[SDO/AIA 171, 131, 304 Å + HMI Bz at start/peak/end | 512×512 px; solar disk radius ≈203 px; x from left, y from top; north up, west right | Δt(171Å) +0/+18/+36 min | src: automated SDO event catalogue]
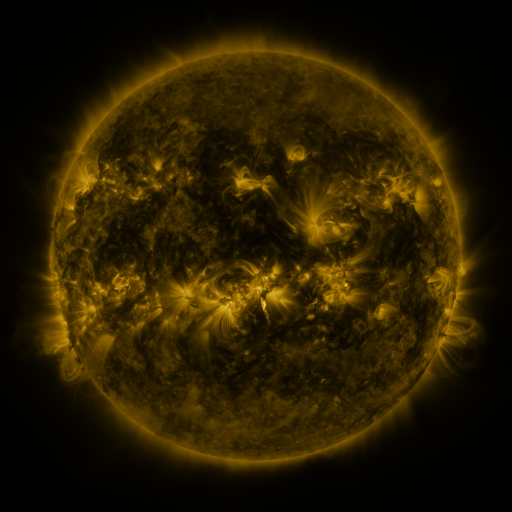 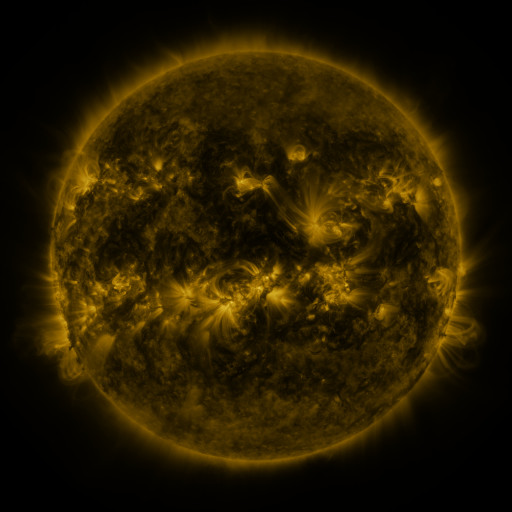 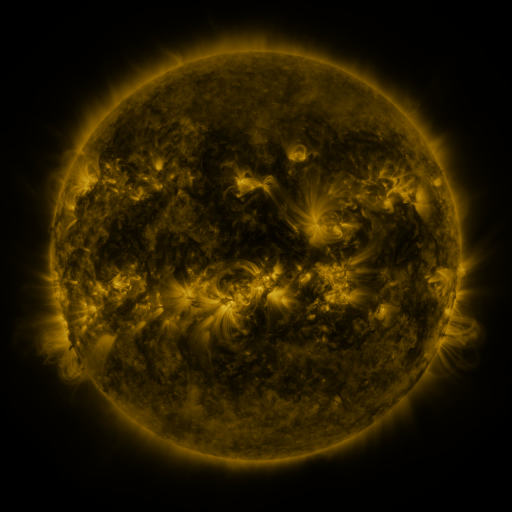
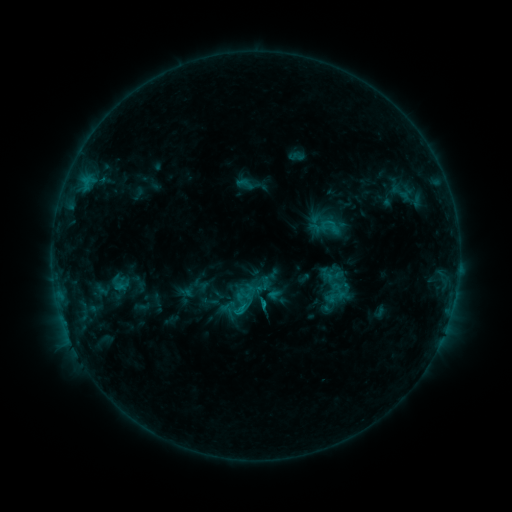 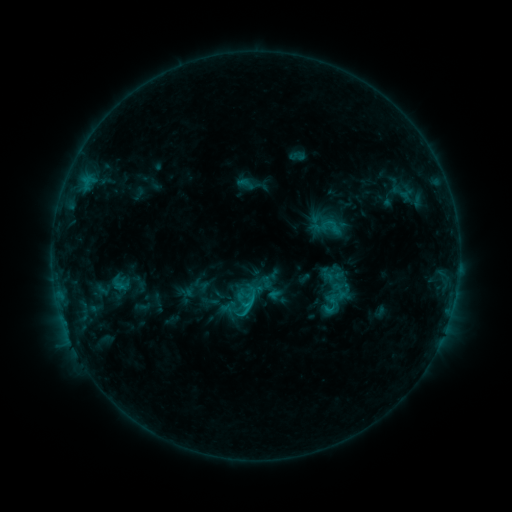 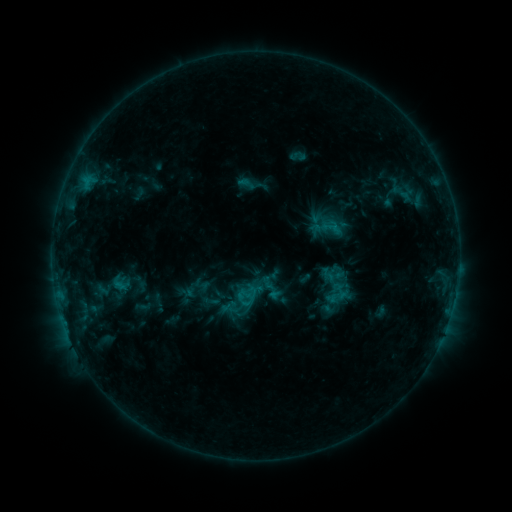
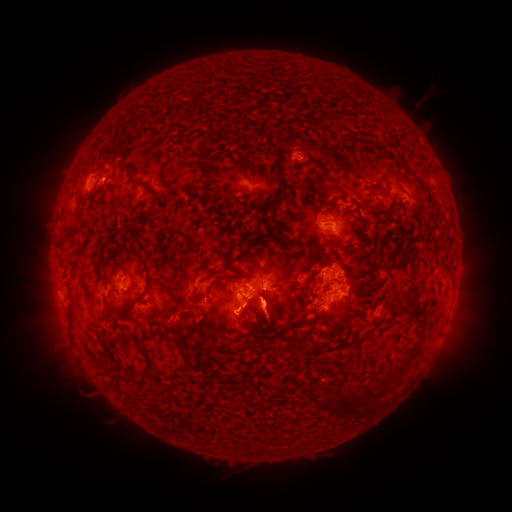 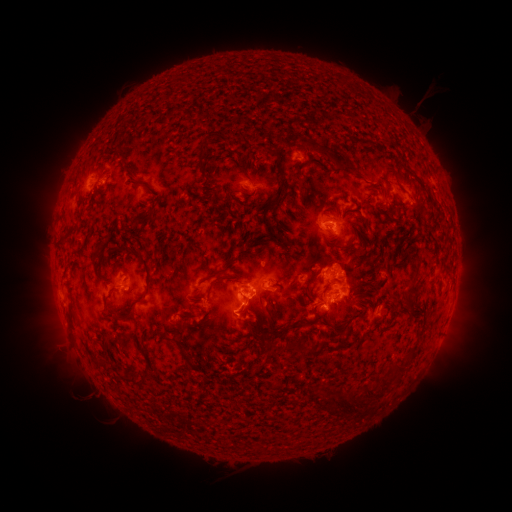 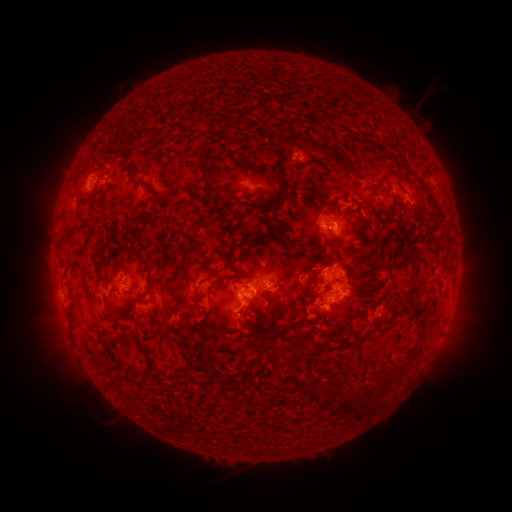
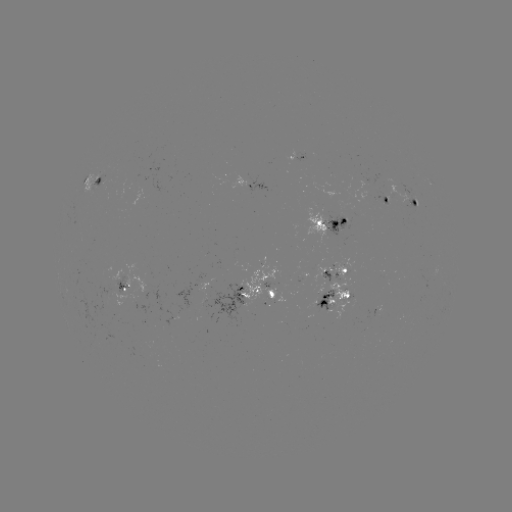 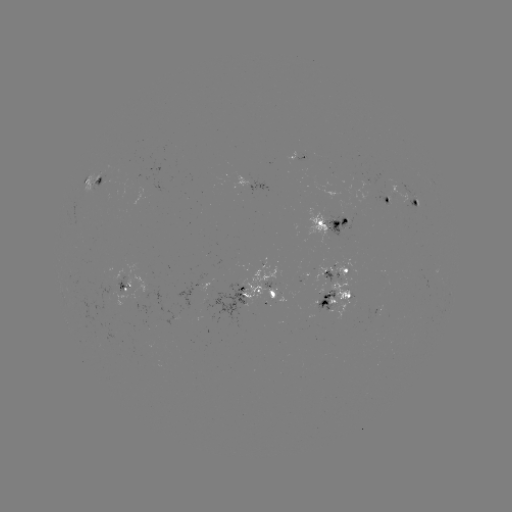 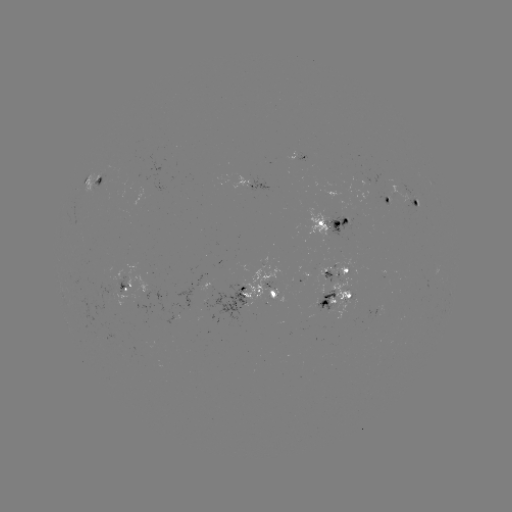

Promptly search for C1.7 flare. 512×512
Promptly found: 249,303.